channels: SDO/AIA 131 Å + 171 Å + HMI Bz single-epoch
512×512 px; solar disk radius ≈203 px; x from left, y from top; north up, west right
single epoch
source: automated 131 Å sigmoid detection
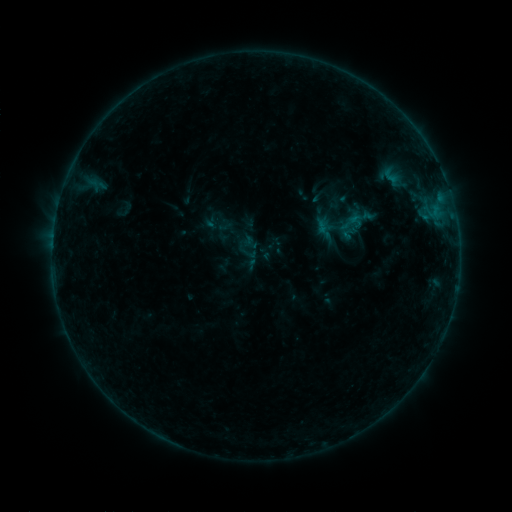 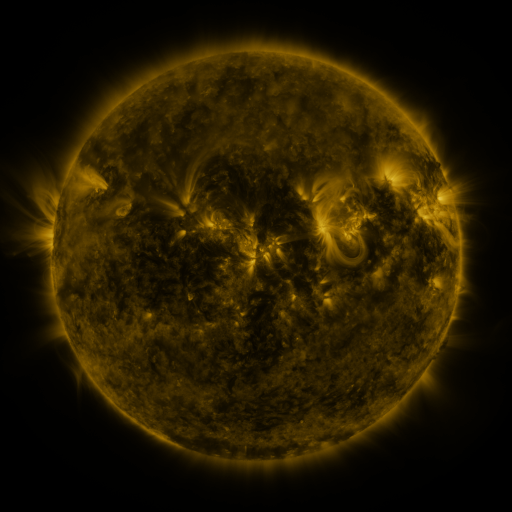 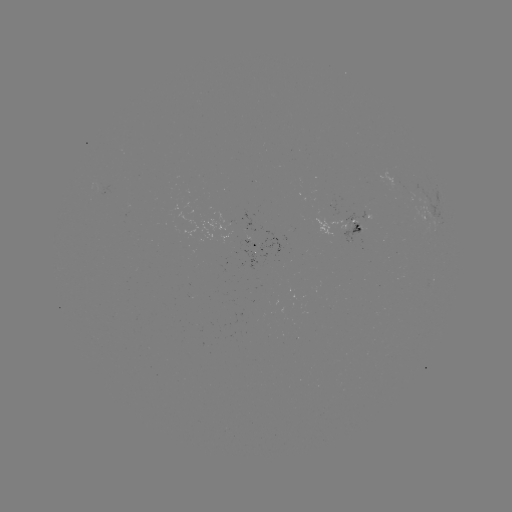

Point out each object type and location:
sigmoid: (339, 211, 367, 235)
sigmoid: (240, 244, 257, 262)
